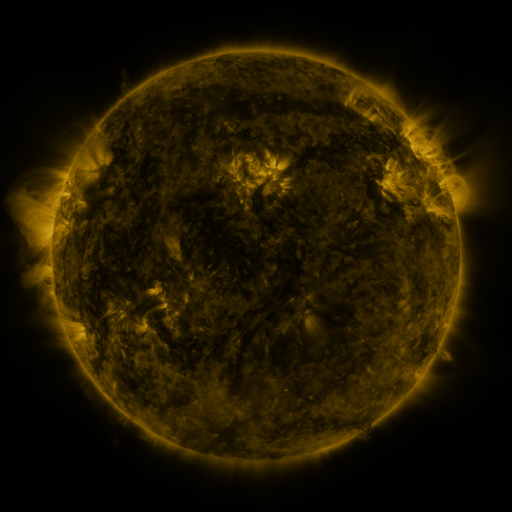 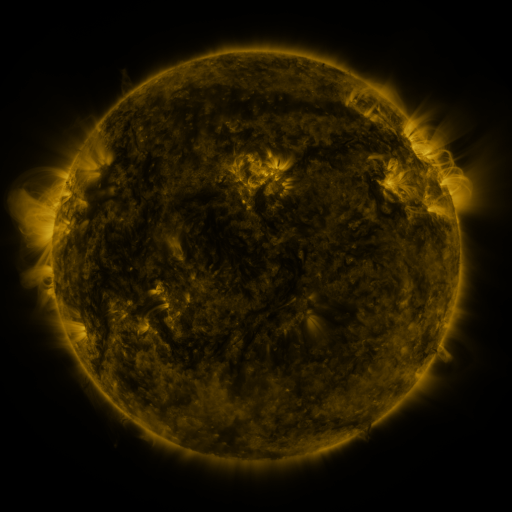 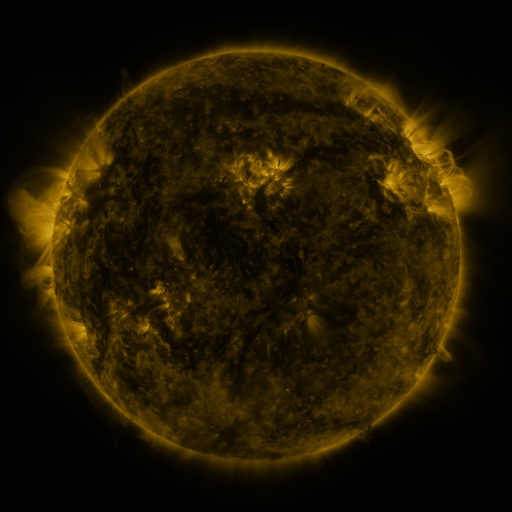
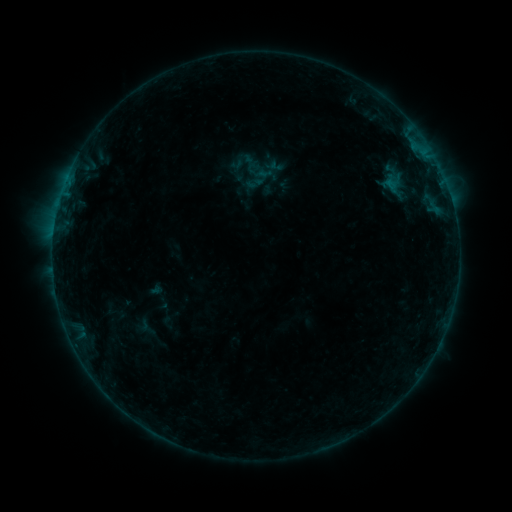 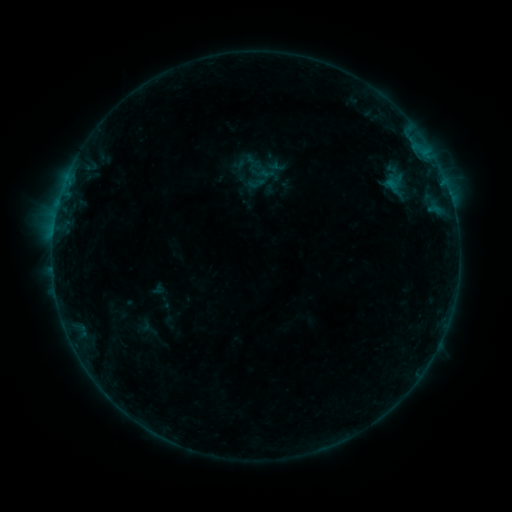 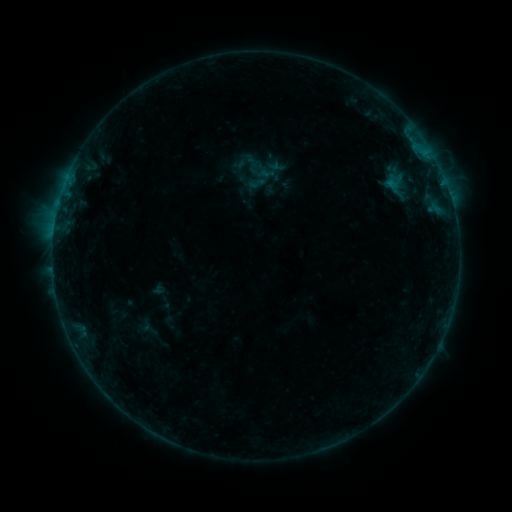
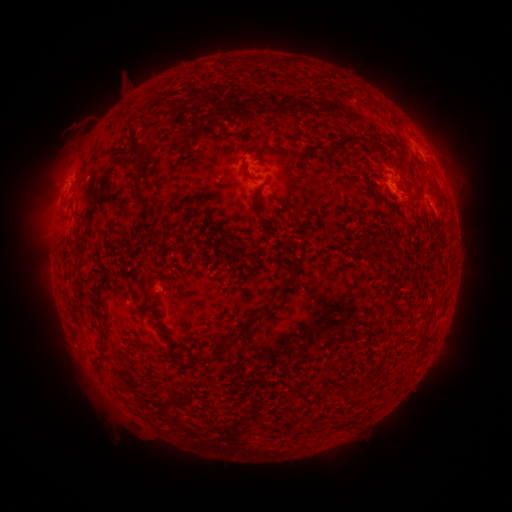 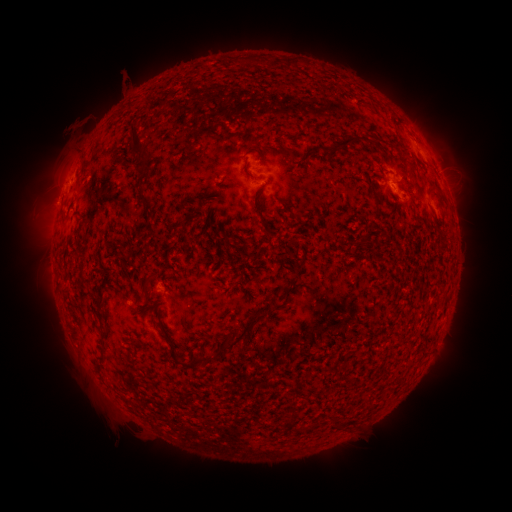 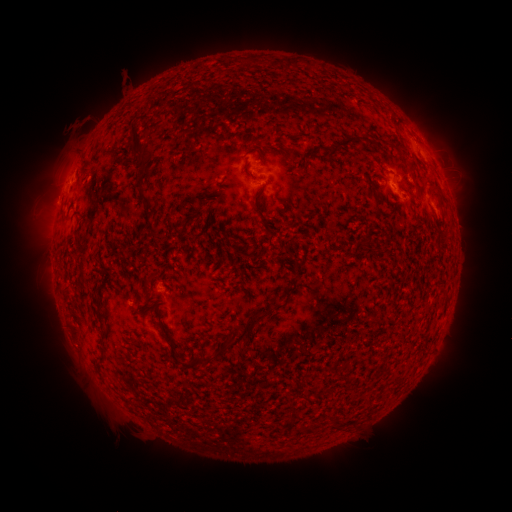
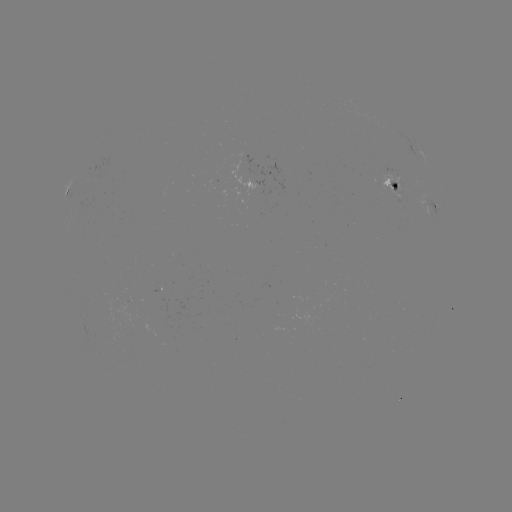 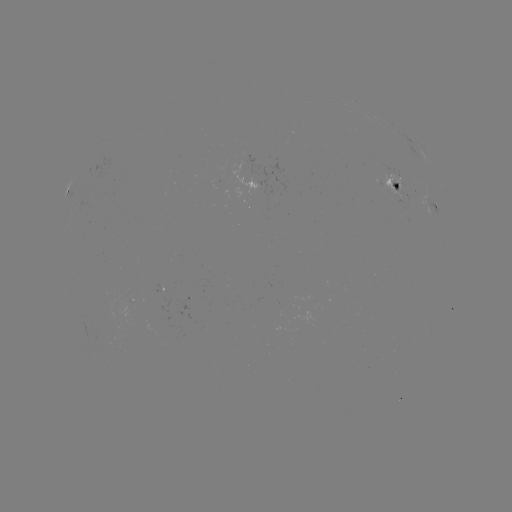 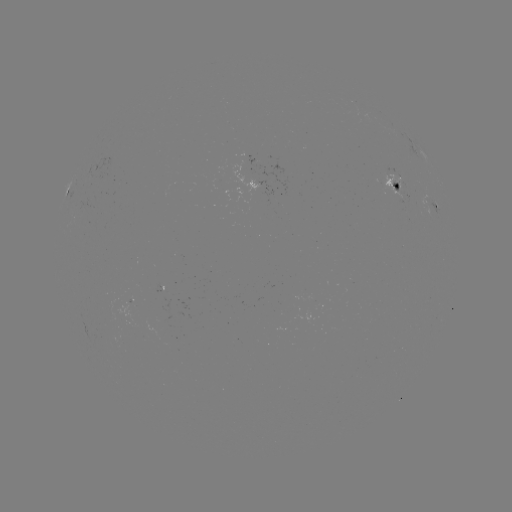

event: emerging-flux region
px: (128, 307)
